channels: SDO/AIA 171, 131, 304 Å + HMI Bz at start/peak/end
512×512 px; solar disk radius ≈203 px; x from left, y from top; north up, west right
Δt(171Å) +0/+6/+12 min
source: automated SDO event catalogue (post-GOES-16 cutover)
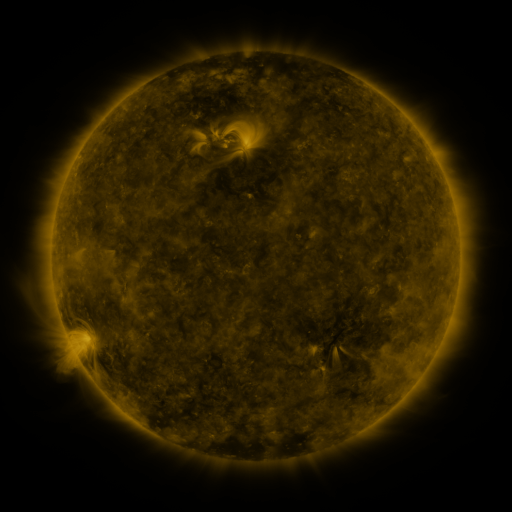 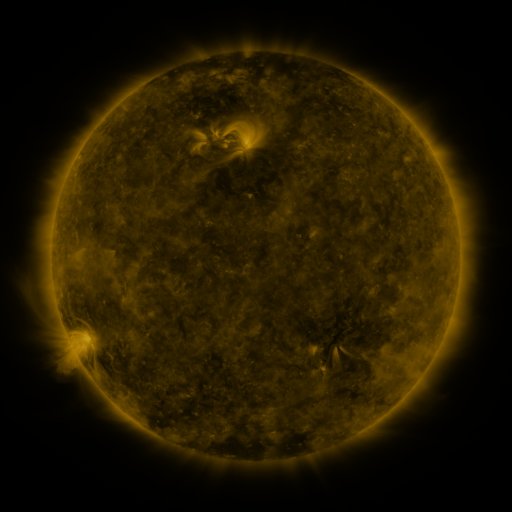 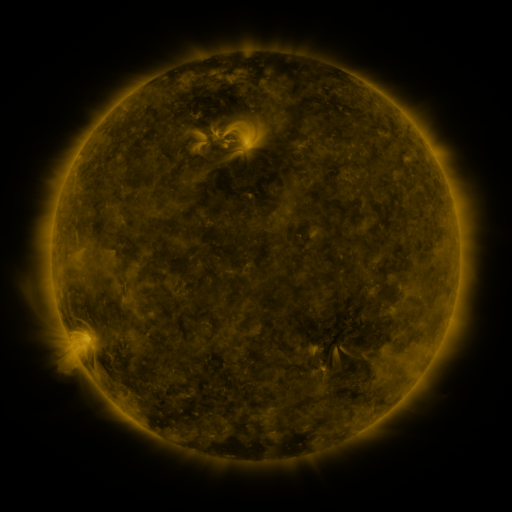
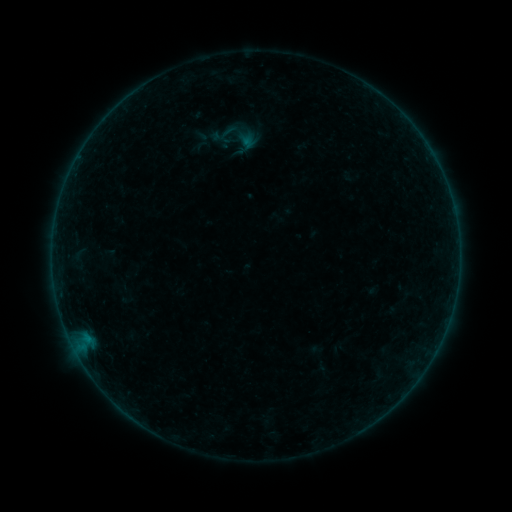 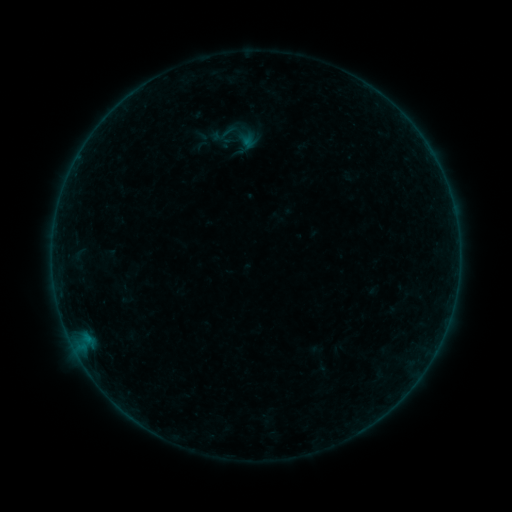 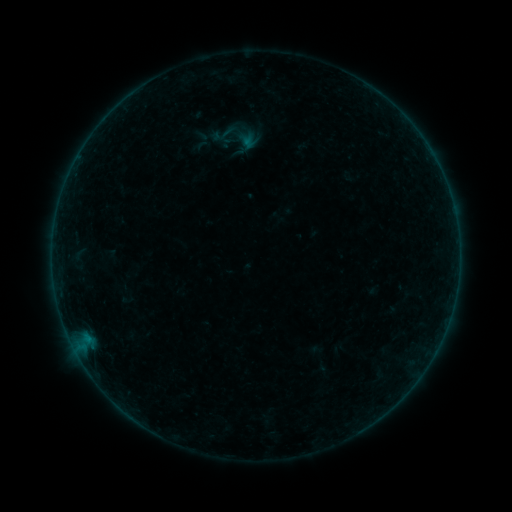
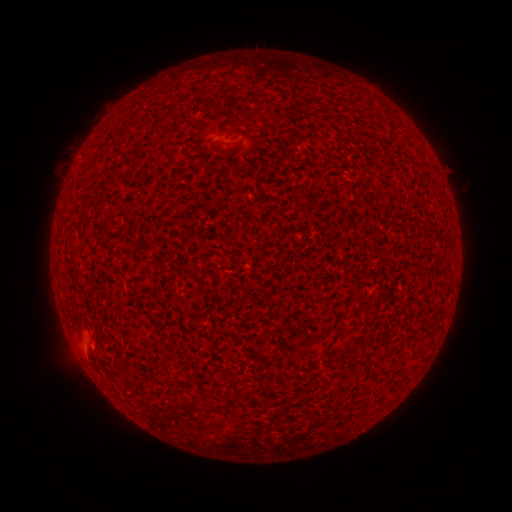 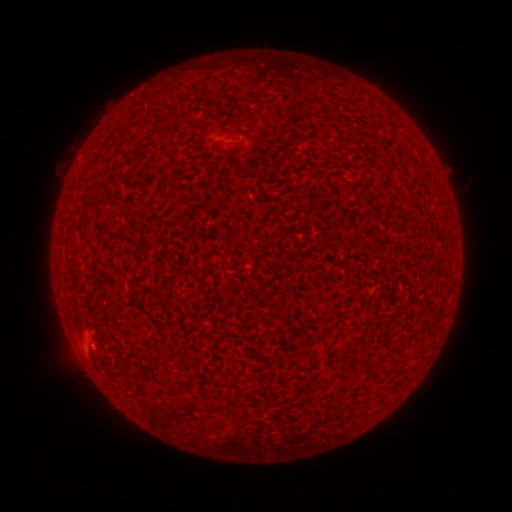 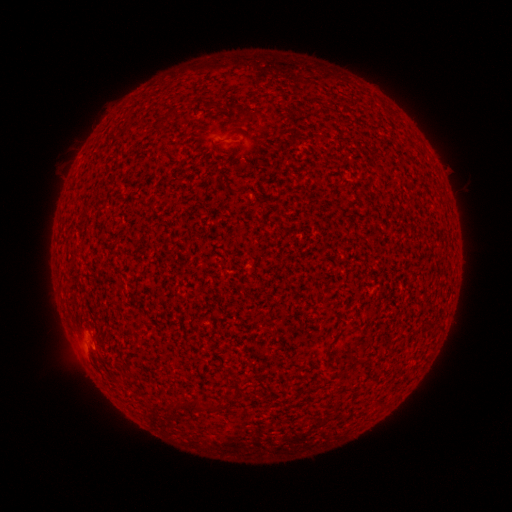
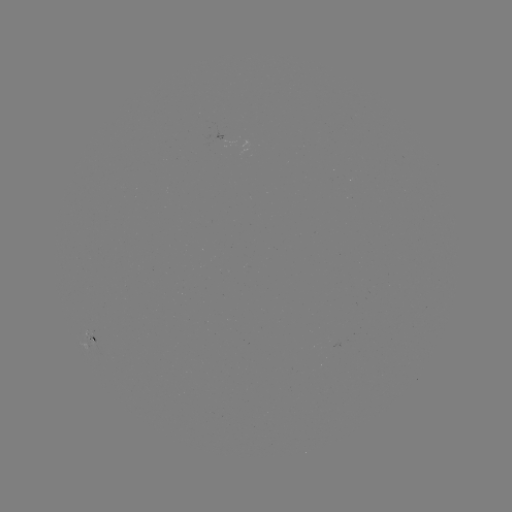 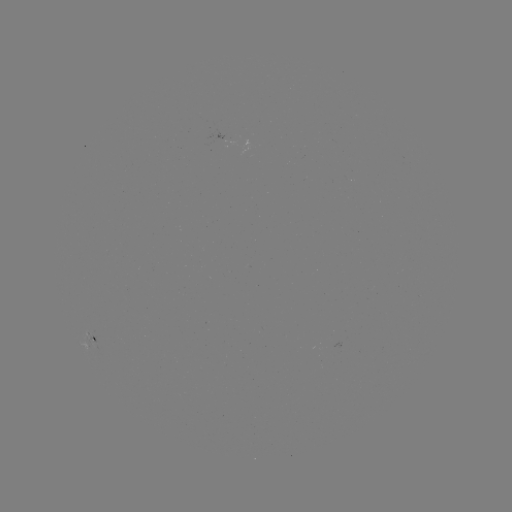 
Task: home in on A4.9 flare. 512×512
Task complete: (91, 344).